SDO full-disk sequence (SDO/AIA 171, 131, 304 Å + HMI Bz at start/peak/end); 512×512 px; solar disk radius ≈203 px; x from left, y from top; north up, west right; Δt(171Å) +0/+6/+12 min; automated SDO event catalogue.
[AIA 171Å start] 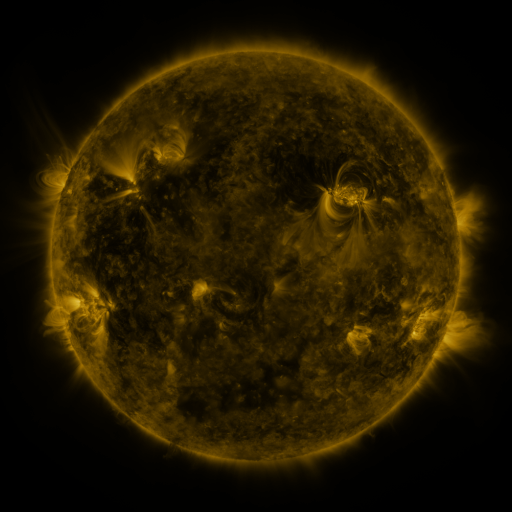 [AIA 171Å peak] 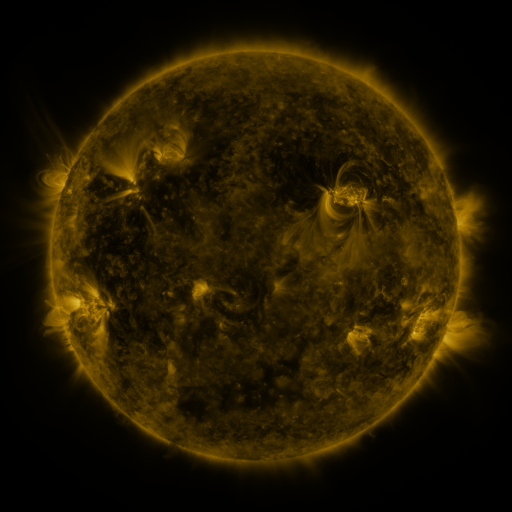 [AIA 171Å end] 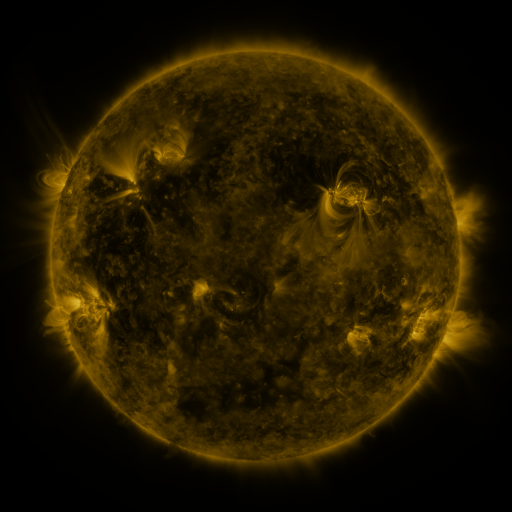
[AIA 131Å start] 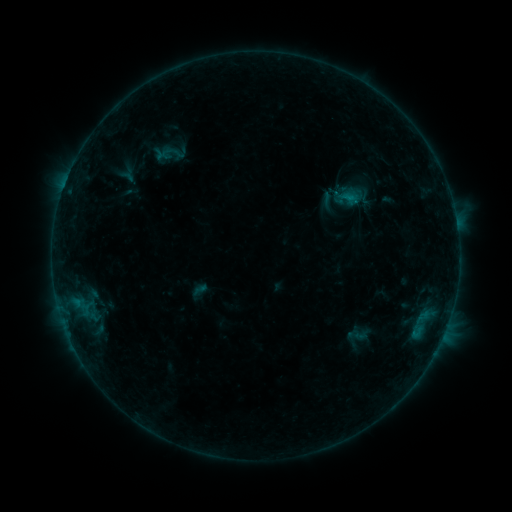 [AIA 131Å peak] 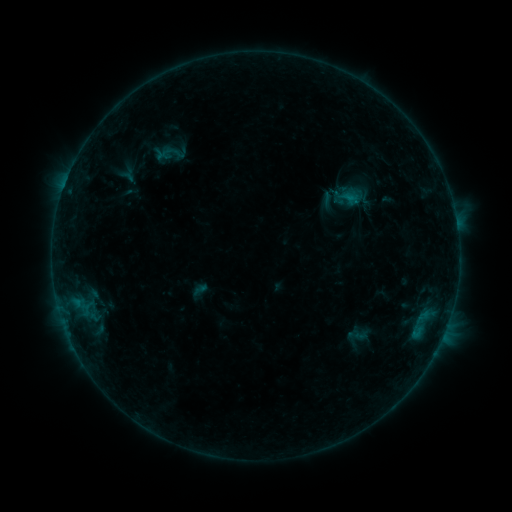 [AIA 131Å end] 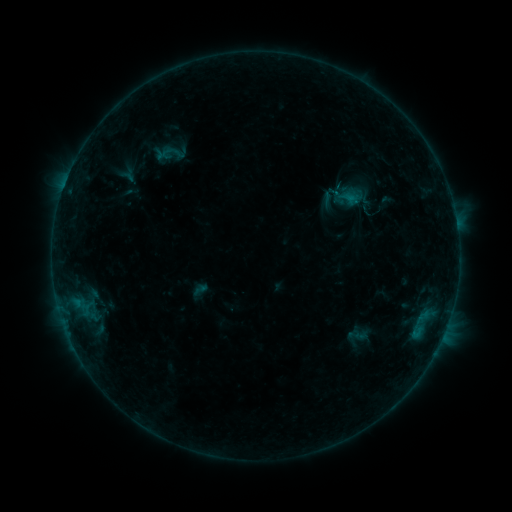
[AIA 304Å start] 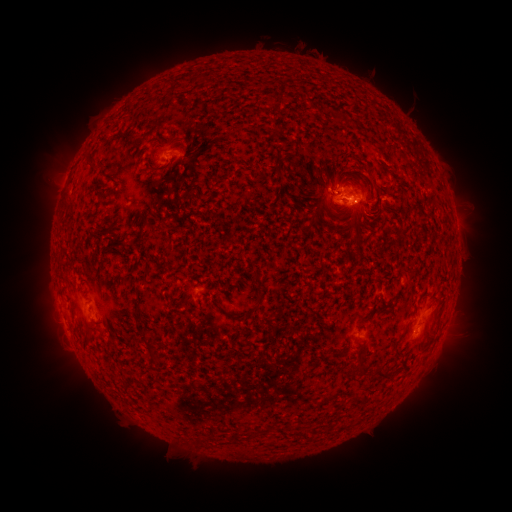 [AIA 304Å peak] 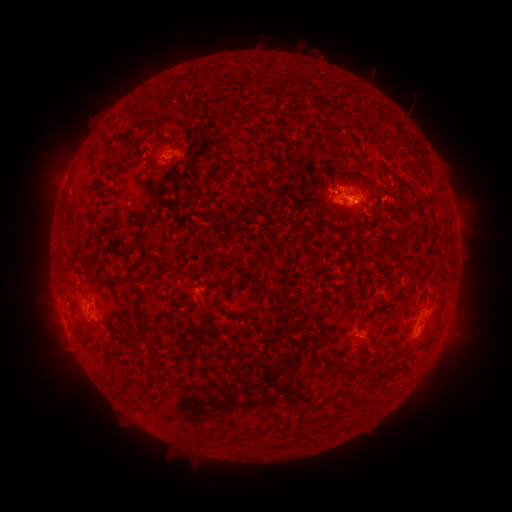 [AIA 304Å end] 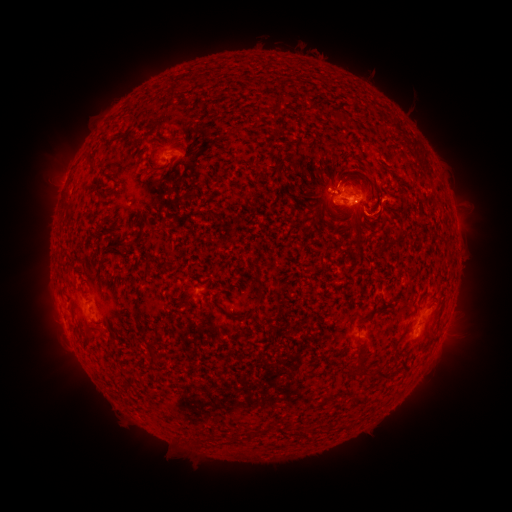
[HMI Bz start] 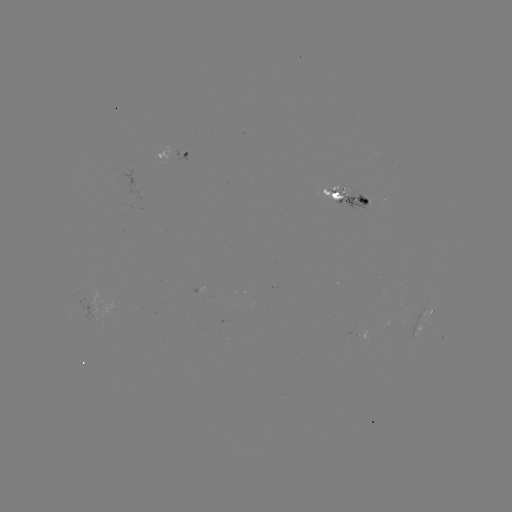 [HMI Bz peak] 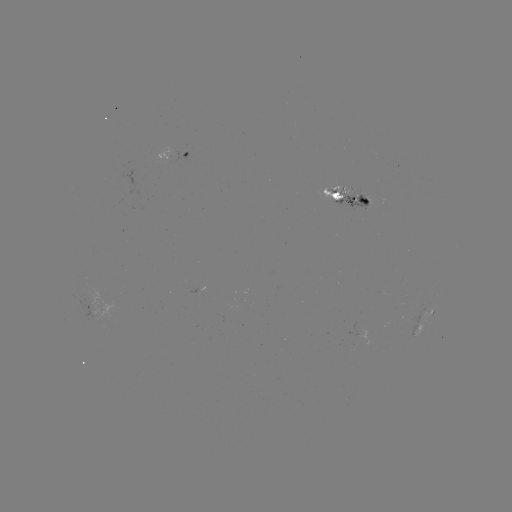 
no catalogued flare and no flagged EUV brightening in this window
